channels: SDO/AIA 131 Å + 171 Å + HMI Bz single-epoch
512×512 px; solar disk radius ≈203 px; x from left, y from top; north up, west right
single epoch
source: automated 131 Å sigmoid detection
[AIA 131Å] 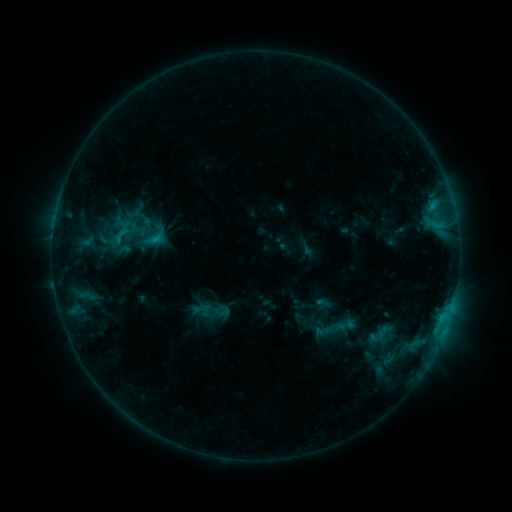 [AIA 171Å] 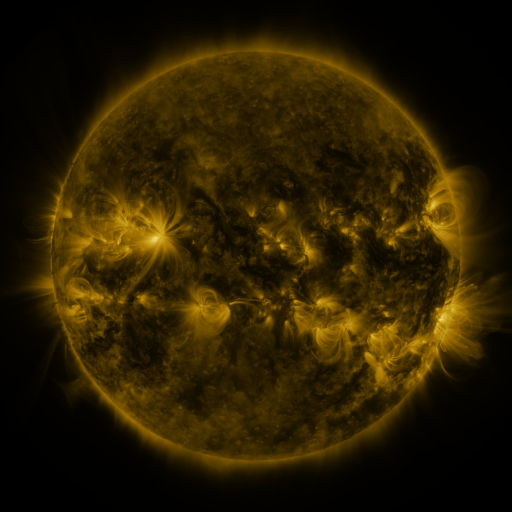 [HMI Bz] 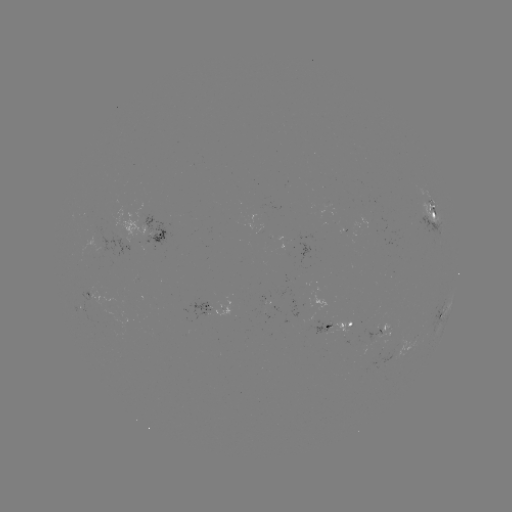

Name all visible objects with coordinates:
sigmoid: (120, 234)
sigmoid: (379, 335)
